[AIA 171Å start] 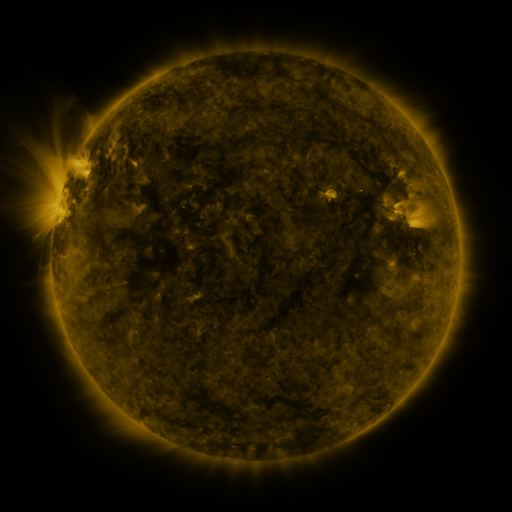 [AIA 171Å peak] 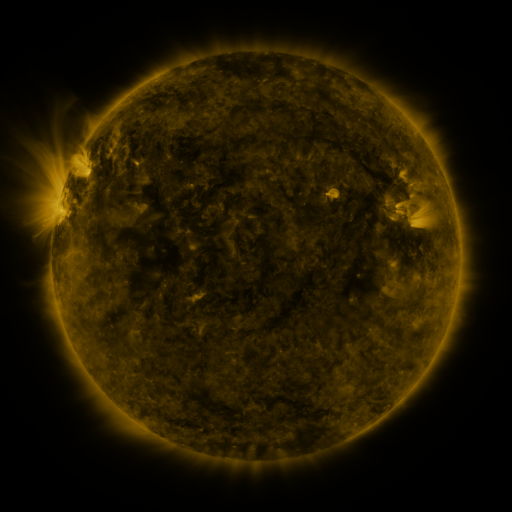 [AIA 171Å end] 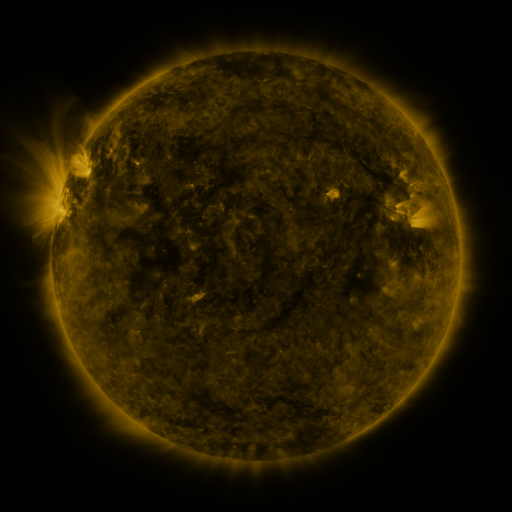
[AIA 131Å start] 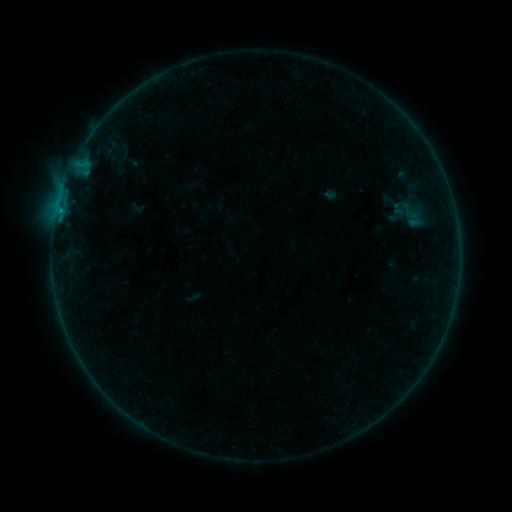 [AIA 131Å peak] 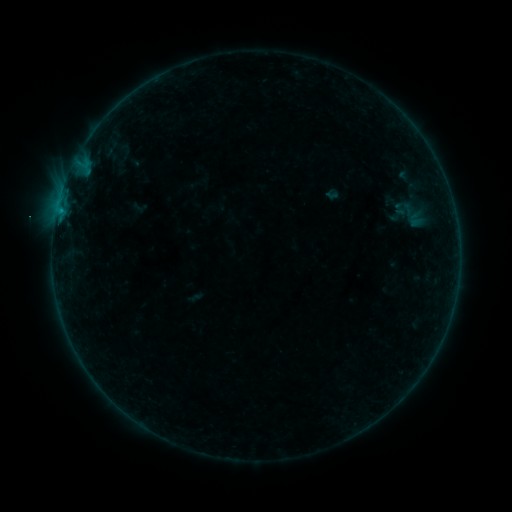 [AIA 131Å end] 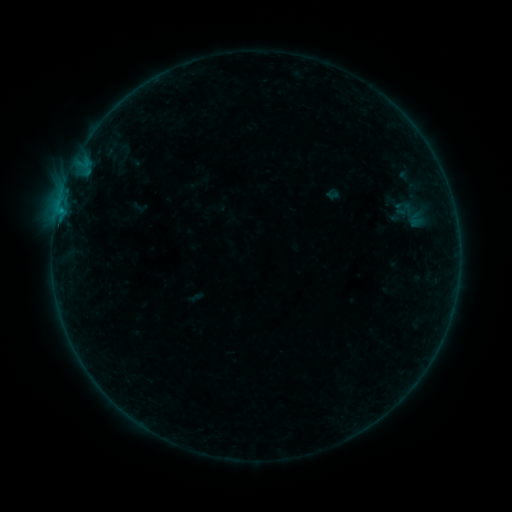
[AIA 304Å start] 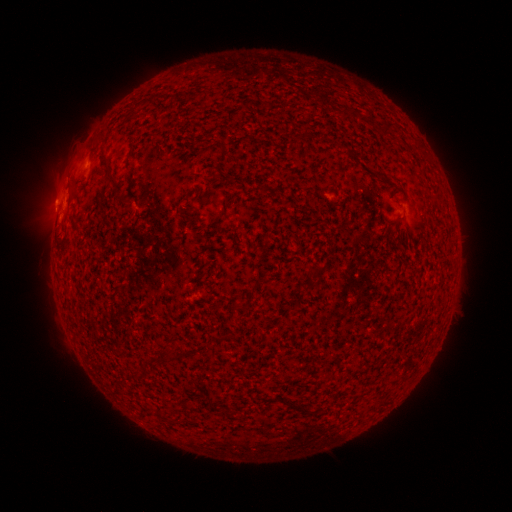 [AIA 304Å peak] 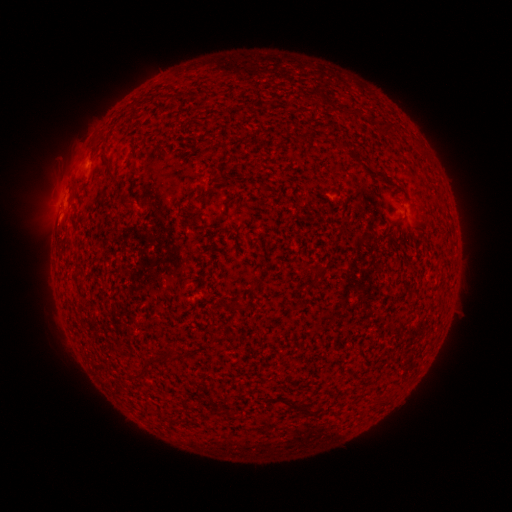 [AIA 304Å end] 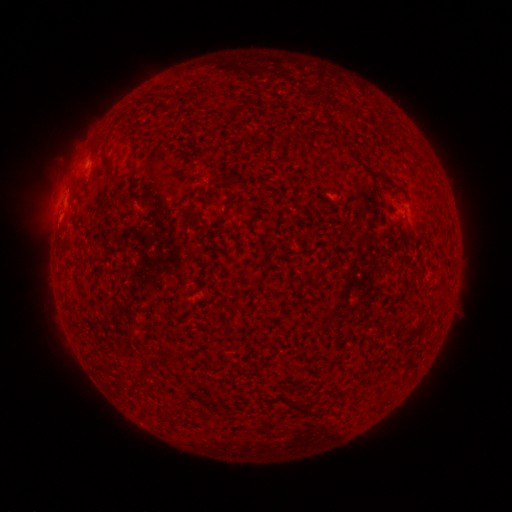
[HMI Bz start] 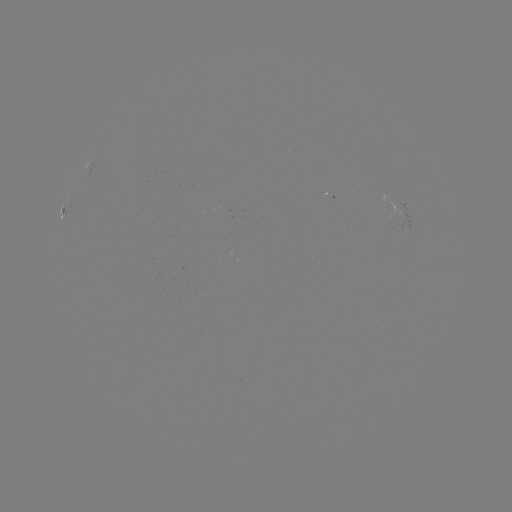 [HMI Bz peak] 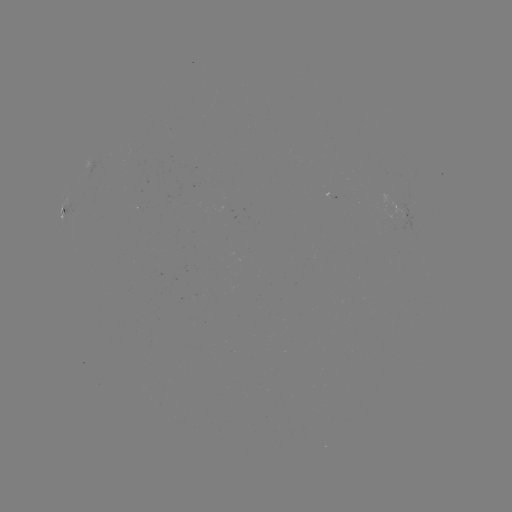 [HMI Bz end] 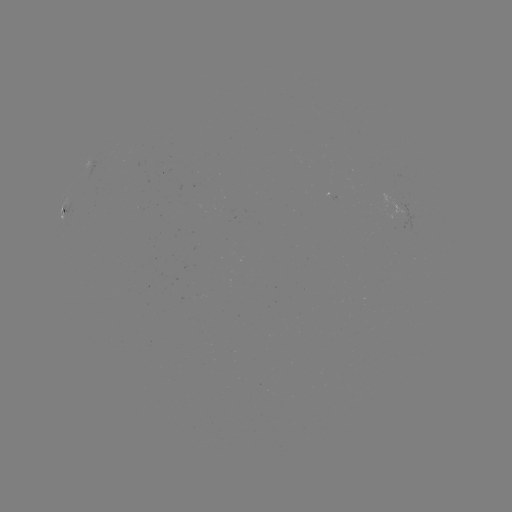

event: emerging-flux region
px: (409, 220)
